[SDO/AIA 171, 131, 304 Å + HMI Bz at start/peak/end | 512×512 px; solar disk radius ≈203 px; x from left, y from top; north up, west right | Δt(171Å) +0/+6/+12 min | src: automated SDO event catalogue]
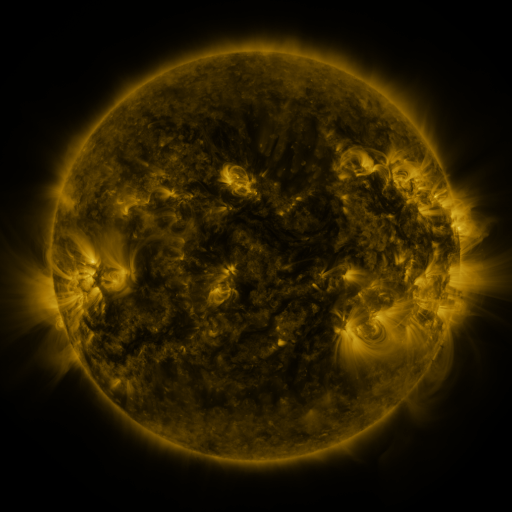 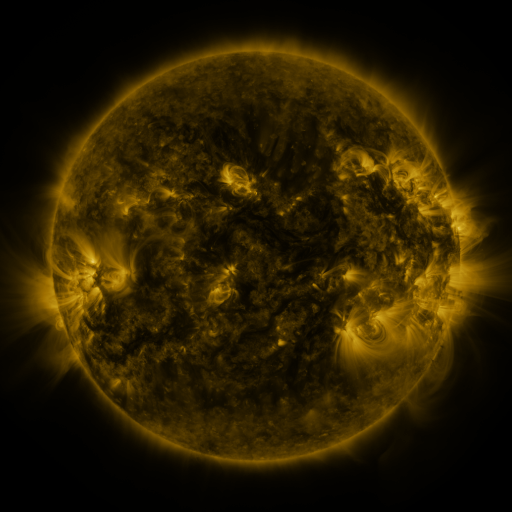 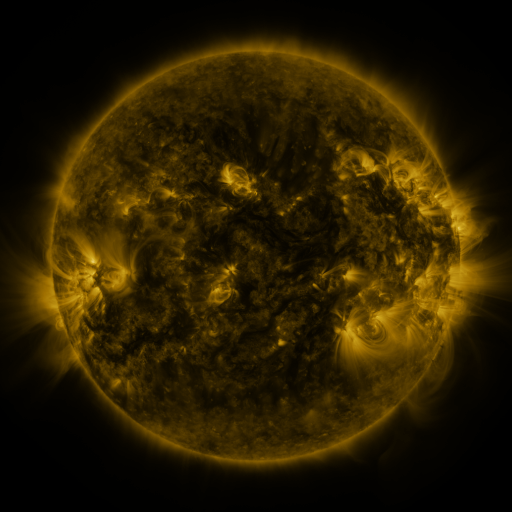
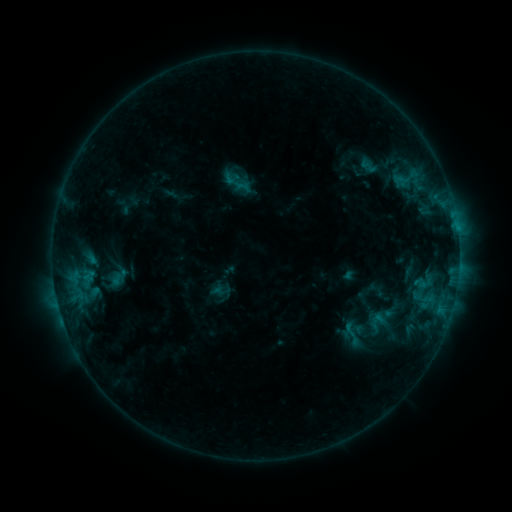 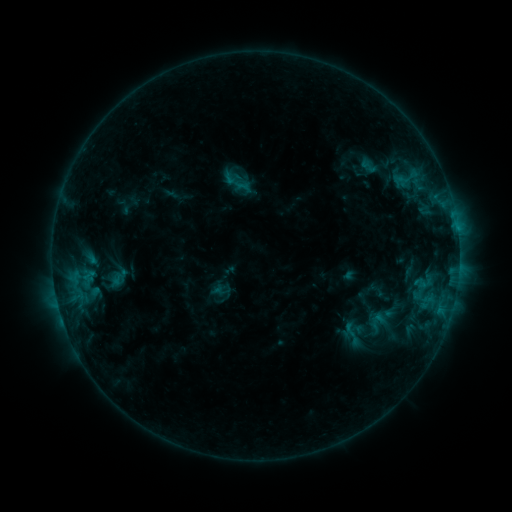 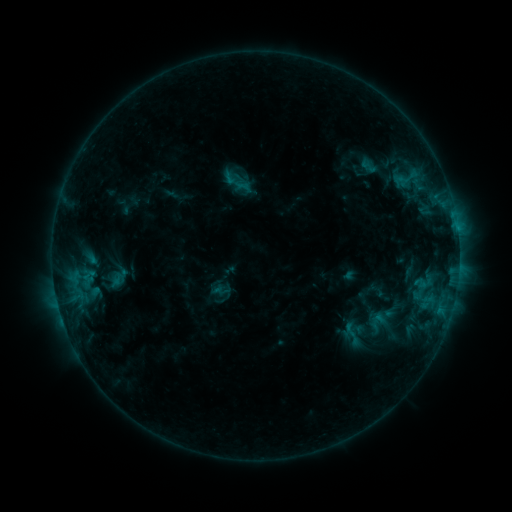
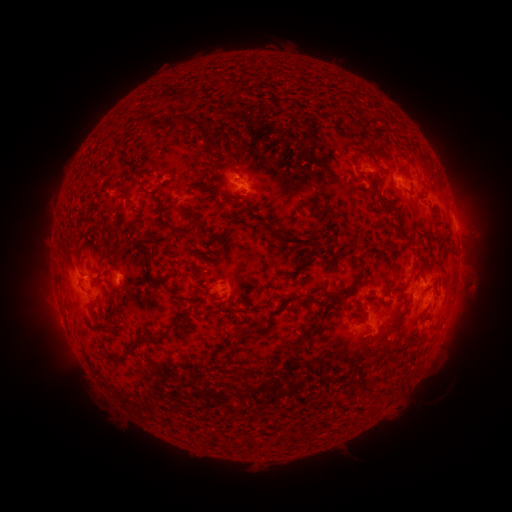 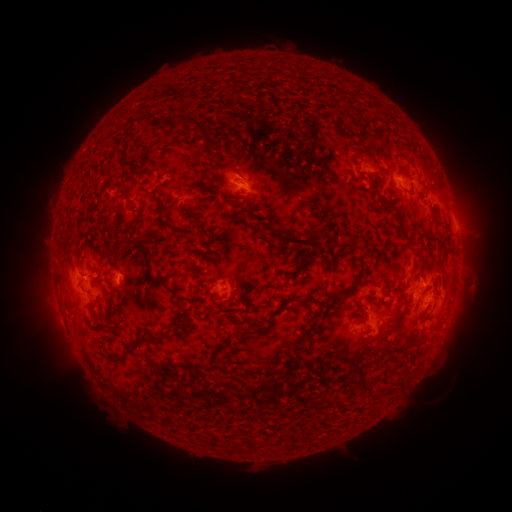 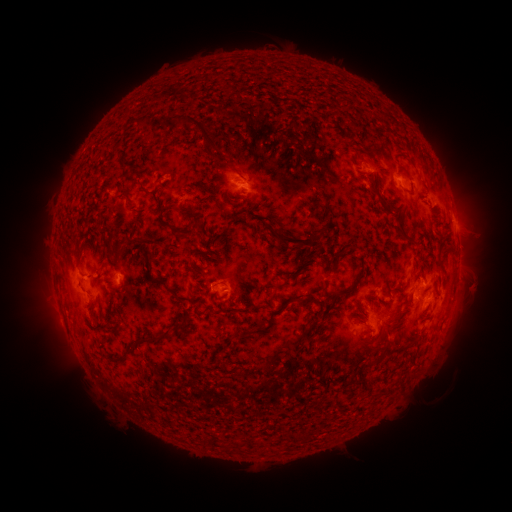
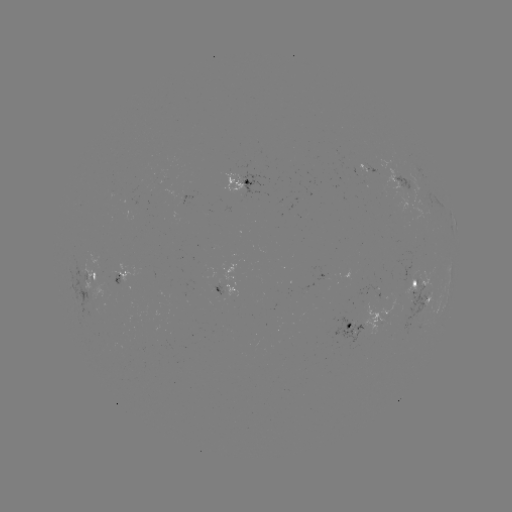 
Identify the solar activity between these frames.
no catalogued flare and no flagged EUV brightening in this window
